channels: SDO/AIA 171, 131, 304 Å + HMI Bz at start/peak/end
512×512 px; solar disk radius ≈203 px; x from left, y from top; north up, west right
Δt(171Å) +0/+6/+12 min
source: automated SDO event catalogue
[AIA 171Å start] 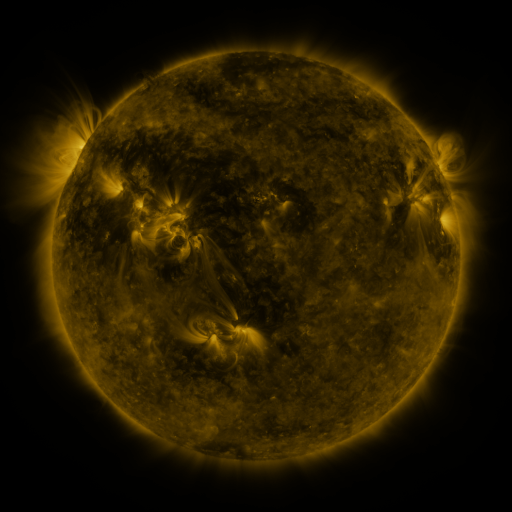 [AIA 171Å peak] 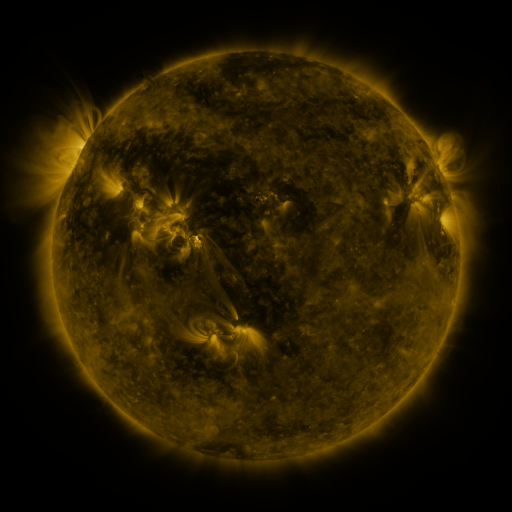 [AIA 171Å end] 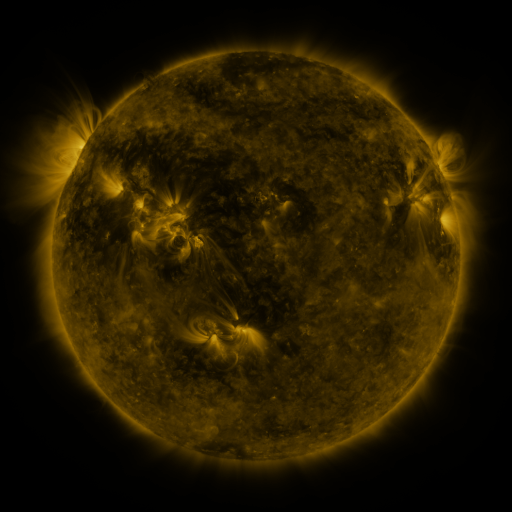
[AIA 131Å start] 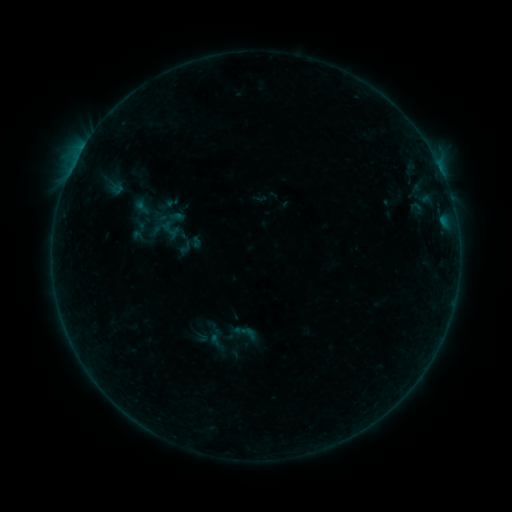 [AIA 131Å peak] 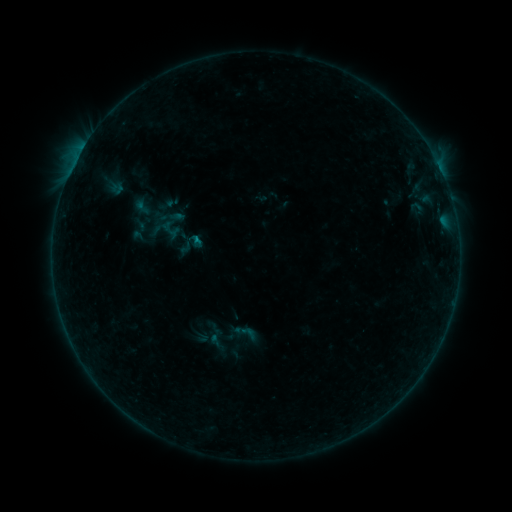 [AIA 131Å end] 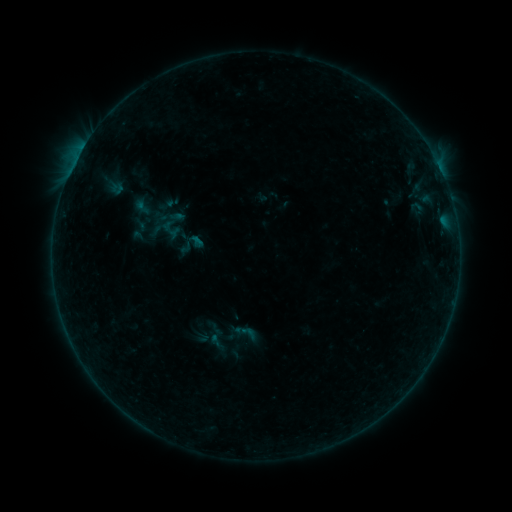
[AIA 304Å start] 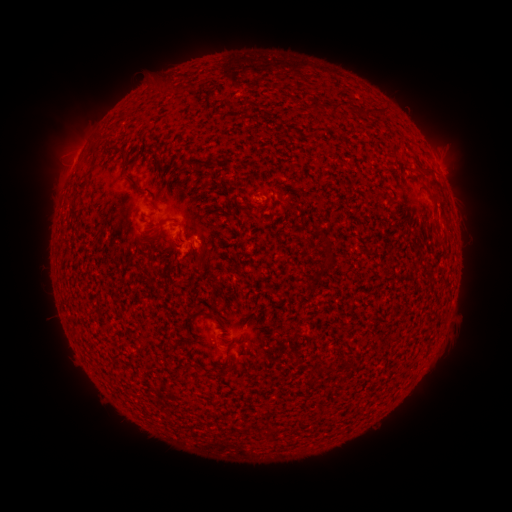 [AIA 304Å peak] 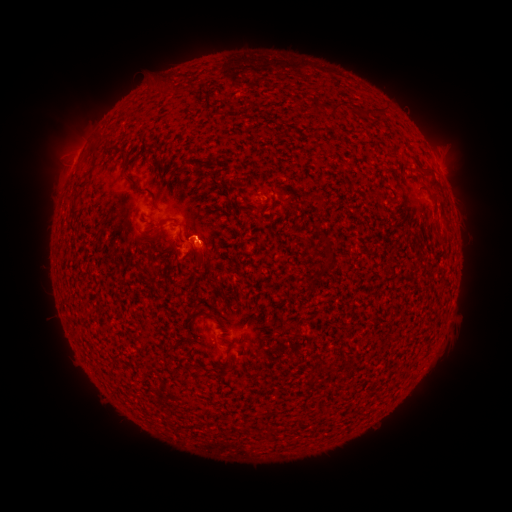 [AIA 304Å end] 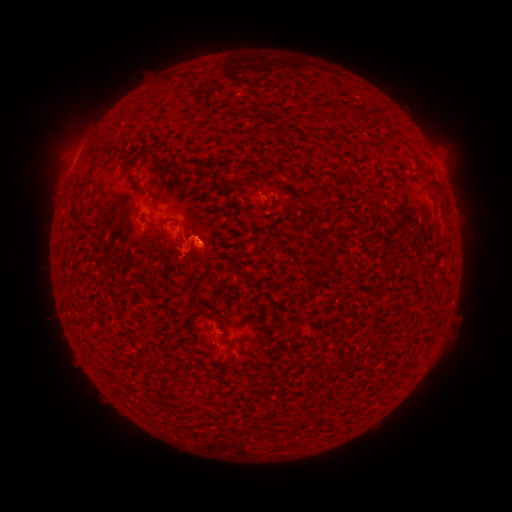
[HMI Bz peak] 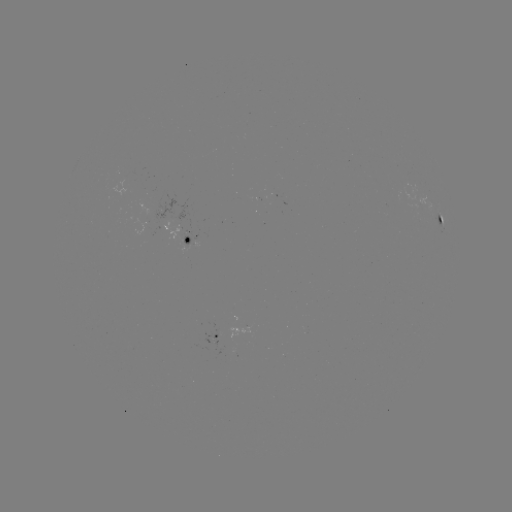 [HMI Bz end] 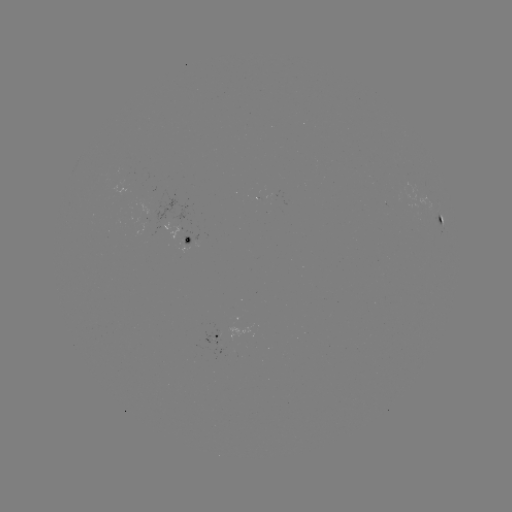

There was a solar flare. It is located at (197, 241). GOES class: B2.3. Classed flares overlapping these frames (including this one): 1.